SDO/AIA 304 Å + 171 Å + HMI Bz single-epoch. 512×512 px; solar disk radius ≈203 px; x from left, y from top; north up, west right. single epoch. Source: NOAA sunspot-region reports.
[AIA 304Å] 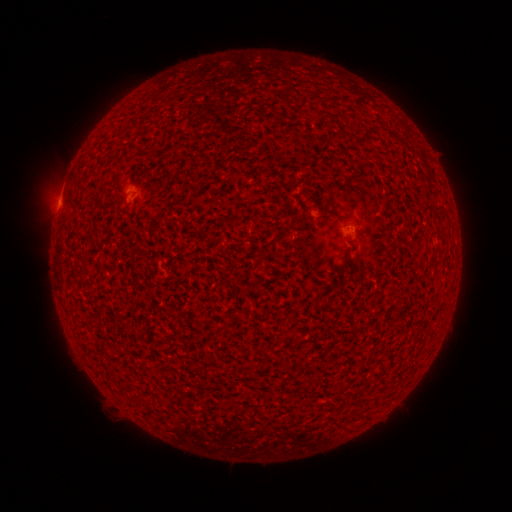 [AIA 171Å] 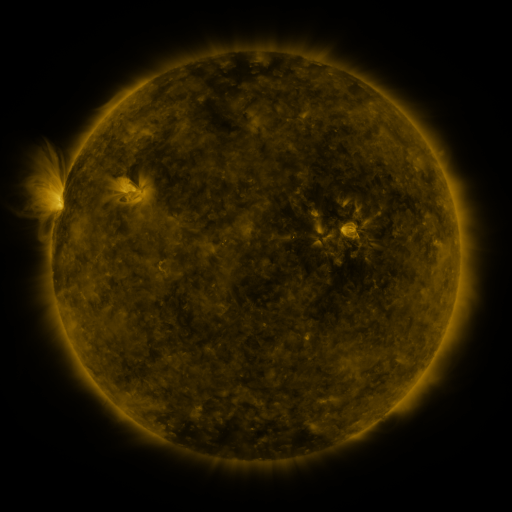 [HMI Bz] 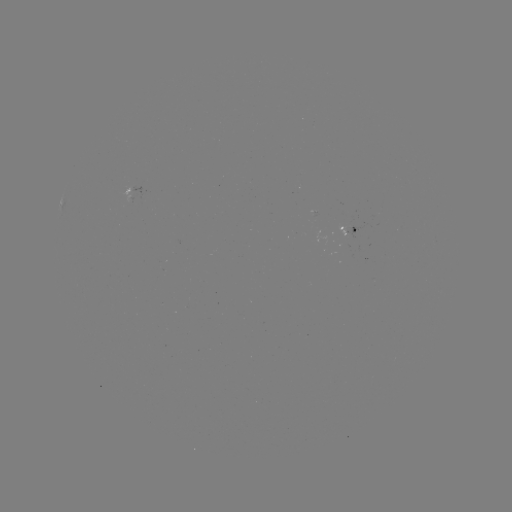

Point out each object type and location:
spotted active region: (136, 188)
spotted active region: (351, 229)
